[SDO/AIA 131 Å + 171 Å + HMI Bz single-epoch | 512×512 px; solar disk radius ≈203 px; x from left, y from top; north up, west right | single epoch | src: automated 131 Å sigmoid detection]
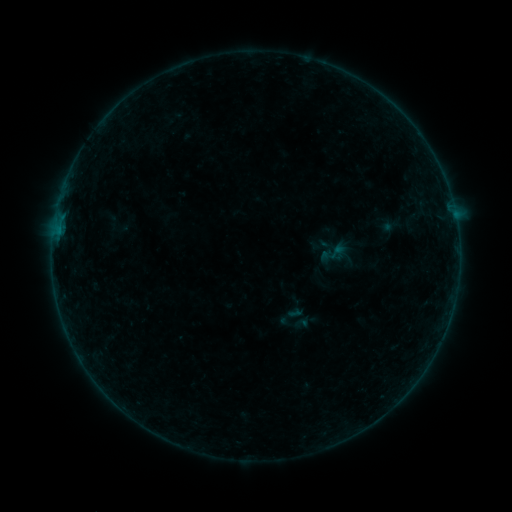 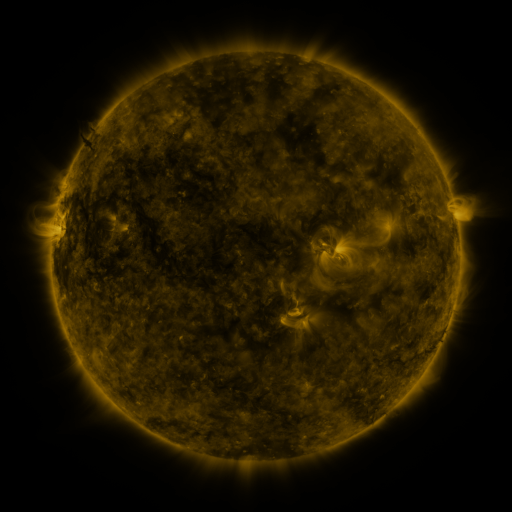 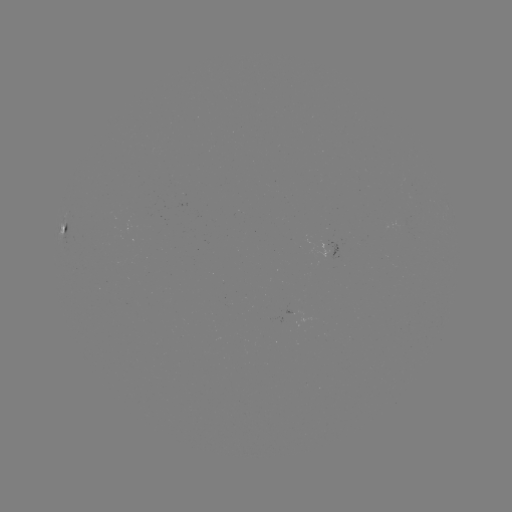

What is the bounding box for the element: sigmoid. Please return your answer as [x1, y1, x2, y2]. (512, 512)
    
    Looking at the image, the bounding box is [317, 236, 351, 269].